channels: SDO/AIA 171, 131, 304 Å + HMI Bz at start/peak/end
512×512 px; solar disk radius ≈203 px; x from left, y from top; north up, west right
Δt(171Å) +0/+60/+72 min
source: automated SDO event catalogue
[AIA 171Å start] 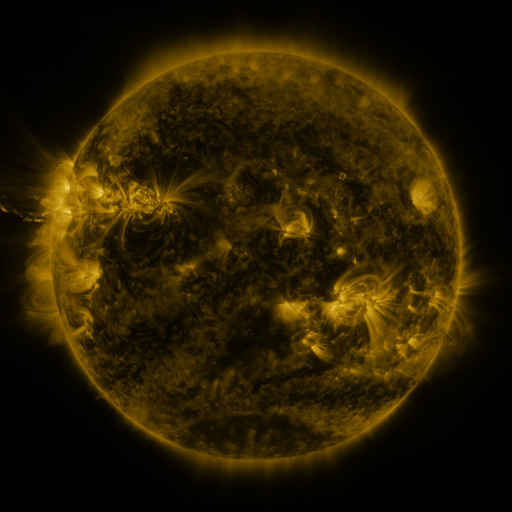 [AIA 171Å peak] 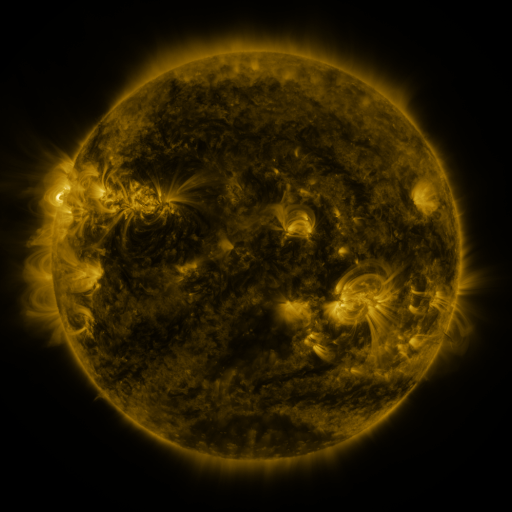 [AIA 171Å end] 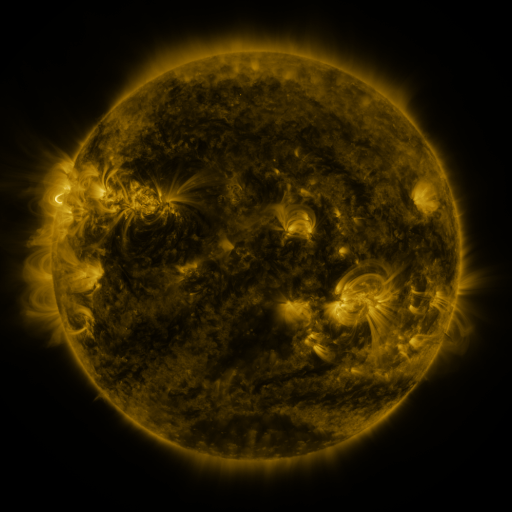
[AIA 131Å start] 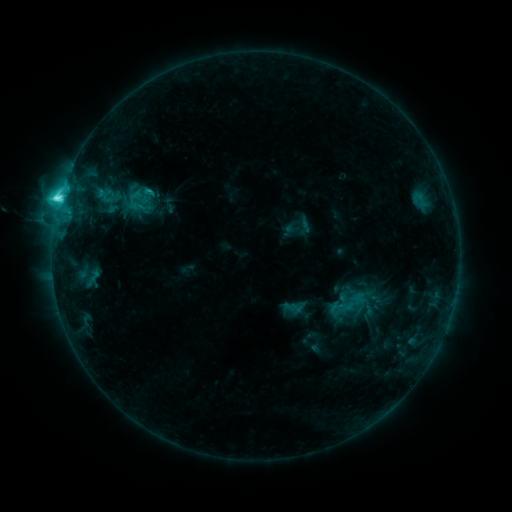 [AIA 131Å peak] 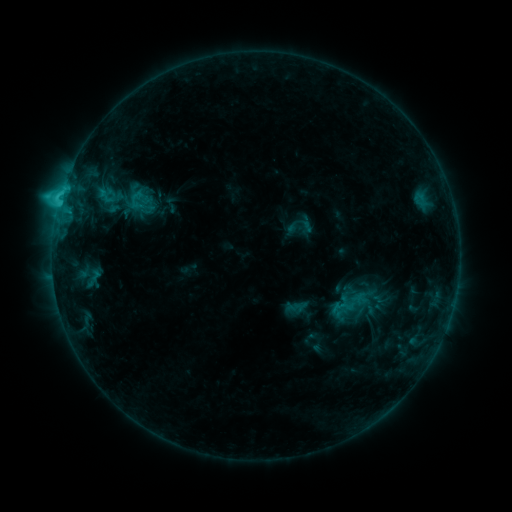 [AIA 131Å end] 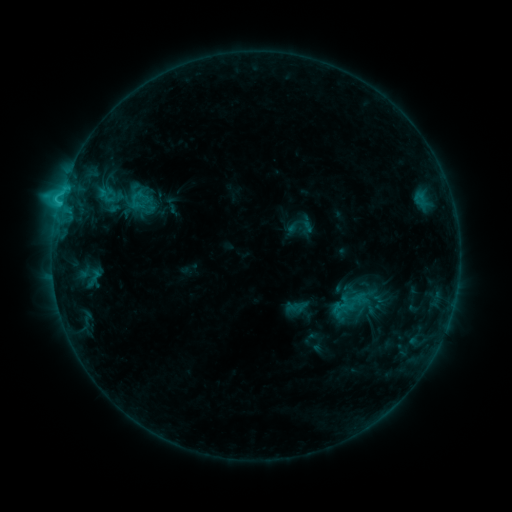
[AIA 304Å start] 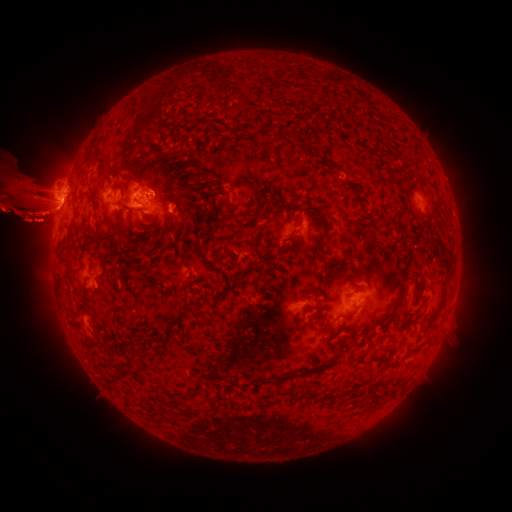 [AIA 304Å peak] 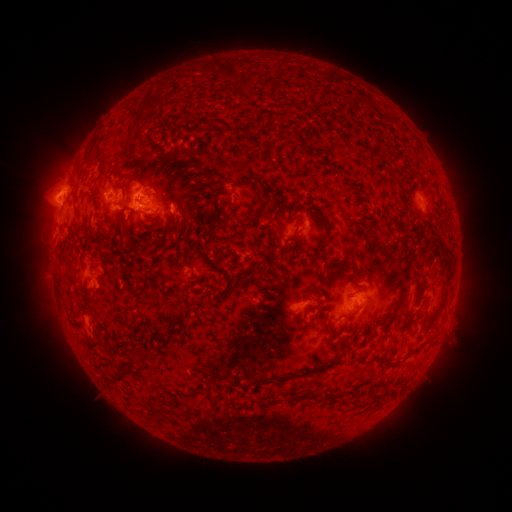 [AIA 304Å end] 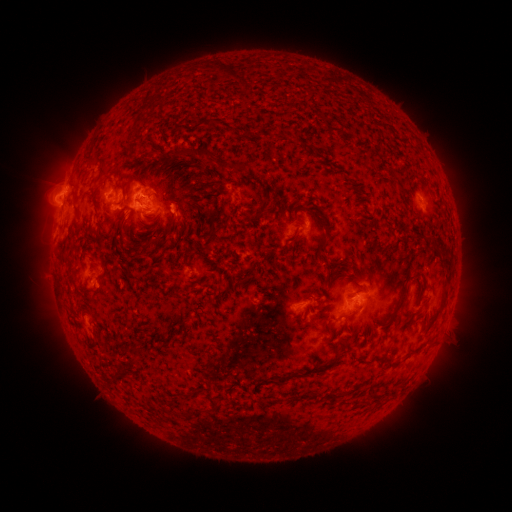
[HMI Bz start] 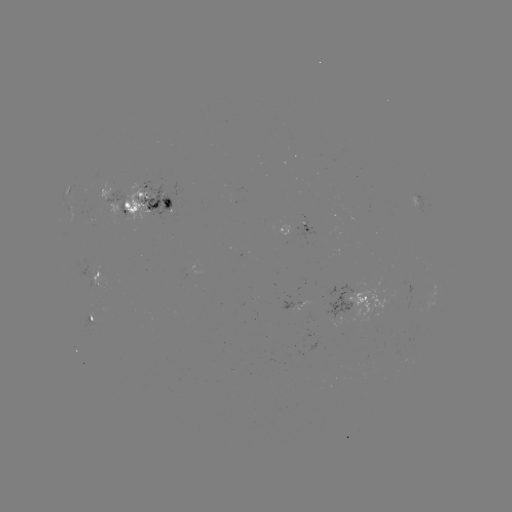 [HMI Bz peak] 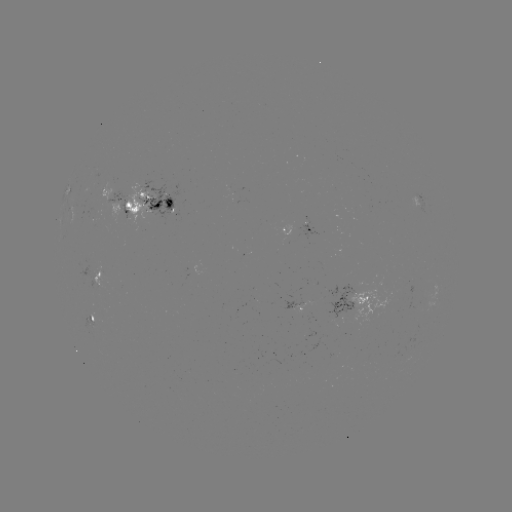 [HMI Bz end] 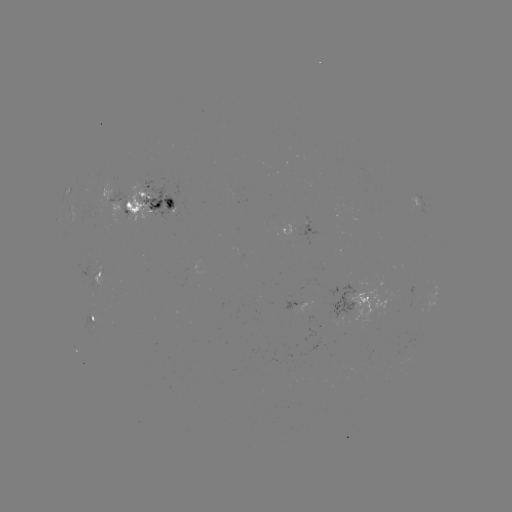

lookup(emerging-flux region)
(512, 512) [97, 212]